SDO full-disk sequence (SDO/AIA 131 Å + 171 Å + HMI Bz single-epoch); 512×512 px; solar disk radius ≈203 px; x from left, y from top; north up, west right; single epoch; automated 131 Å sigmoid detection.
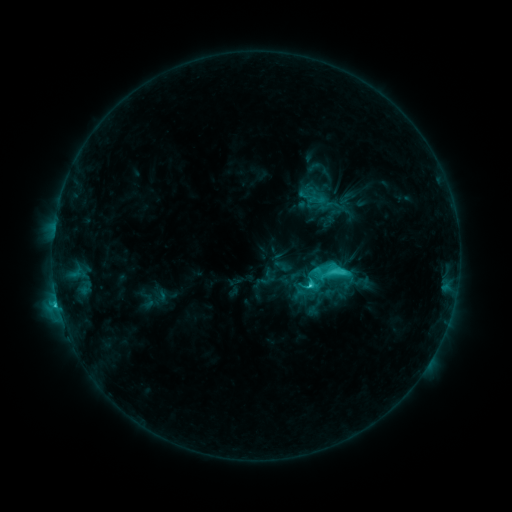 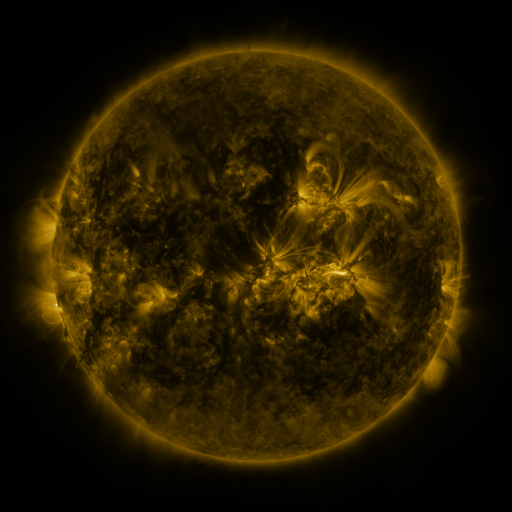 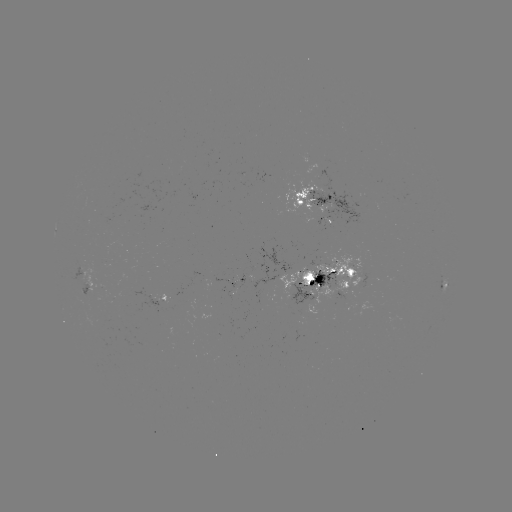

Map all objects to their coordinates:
sigmoid: (317, 199)
